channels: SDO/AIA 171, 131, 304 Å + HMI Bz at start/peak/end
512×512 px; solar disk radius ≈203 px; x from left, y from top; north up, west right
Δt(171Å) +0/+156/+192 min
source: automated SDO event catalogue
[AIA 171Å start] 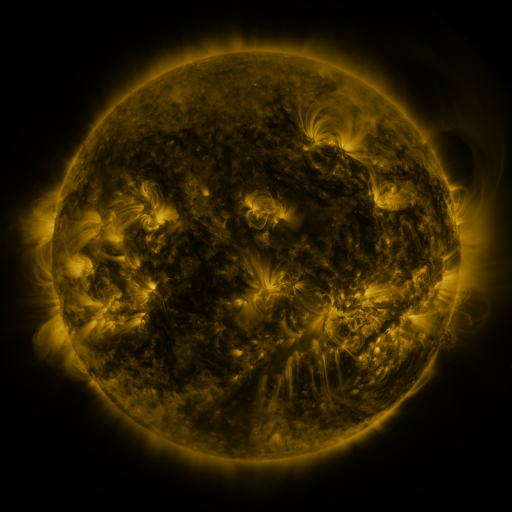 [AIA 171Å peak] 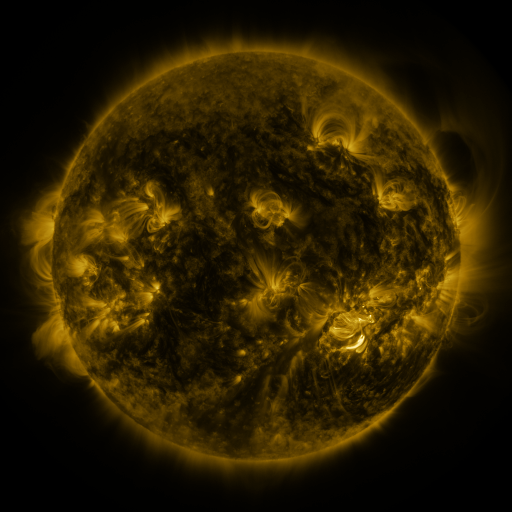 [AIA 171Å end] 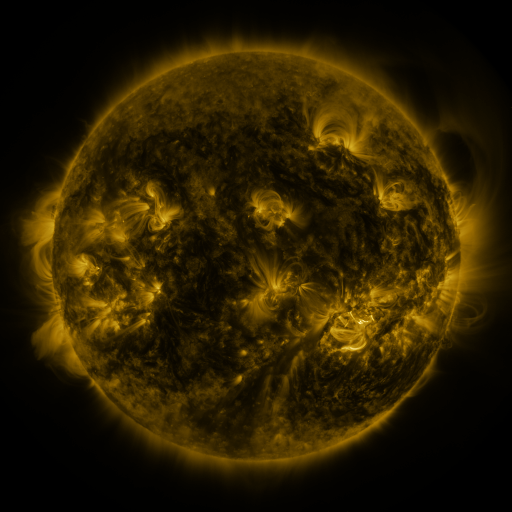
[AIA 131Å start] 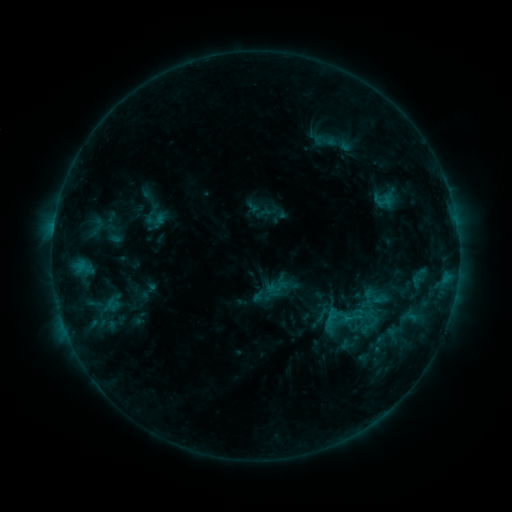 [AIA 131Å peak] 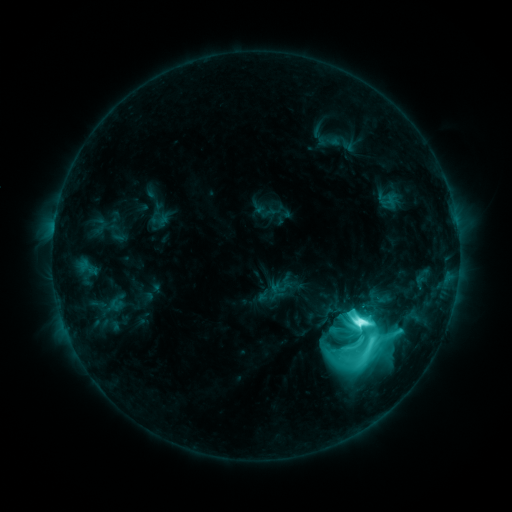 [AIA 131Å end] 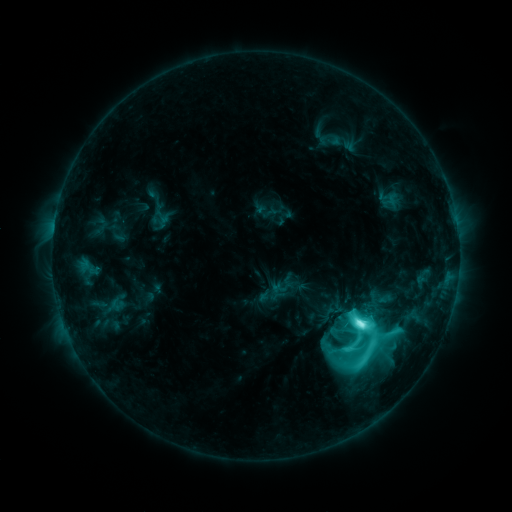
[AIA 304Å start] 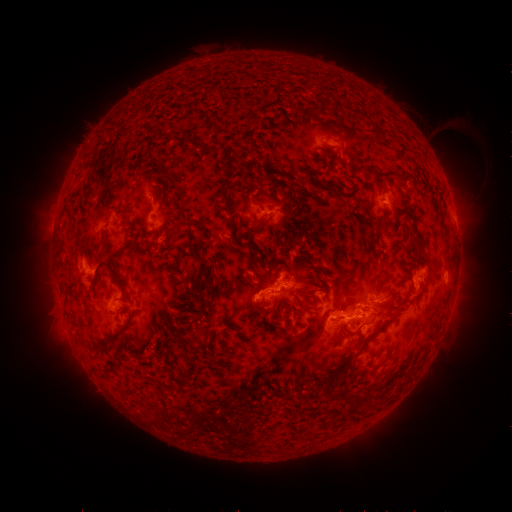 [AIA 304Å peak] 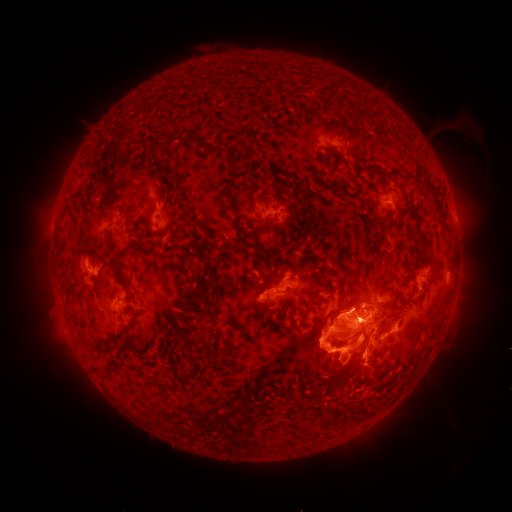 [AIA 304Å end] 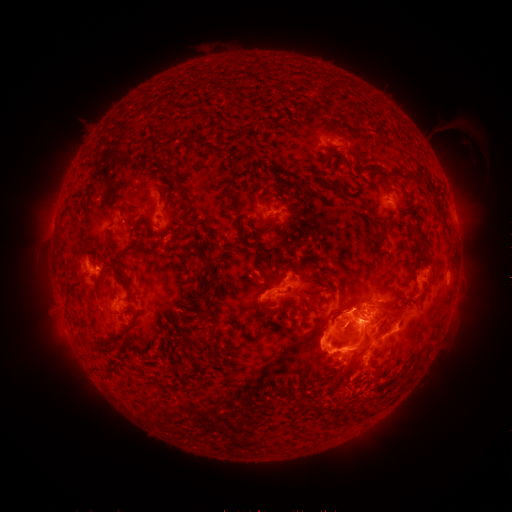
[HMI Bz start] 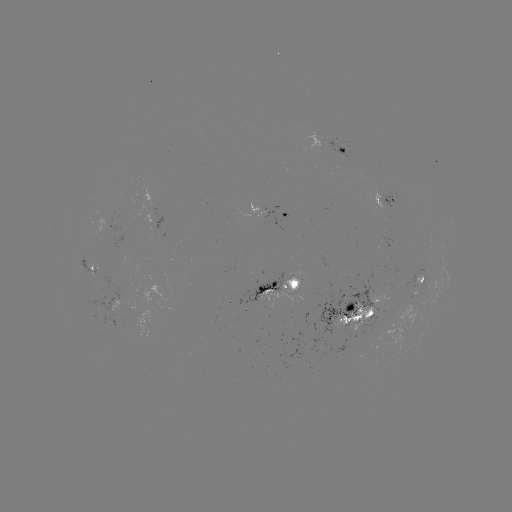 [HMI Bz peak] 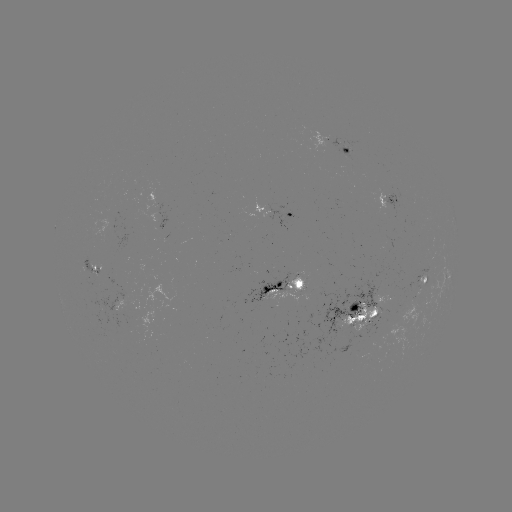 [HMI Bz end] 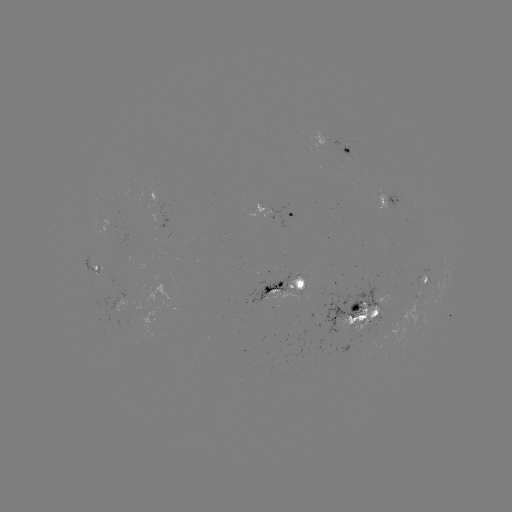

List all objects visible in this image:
emerging-flux region: (92, 270)
